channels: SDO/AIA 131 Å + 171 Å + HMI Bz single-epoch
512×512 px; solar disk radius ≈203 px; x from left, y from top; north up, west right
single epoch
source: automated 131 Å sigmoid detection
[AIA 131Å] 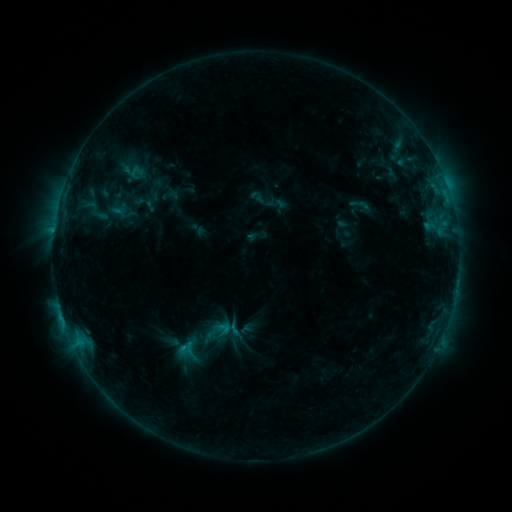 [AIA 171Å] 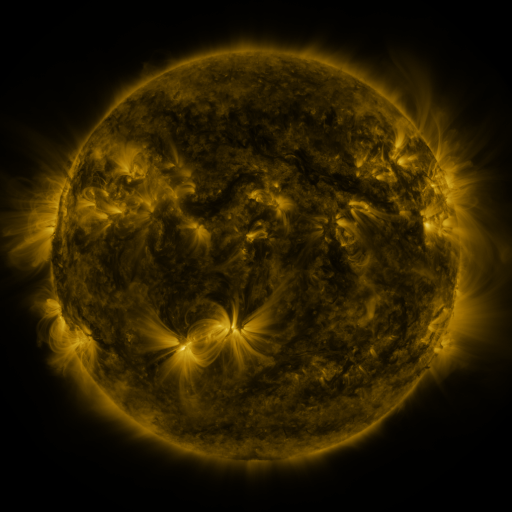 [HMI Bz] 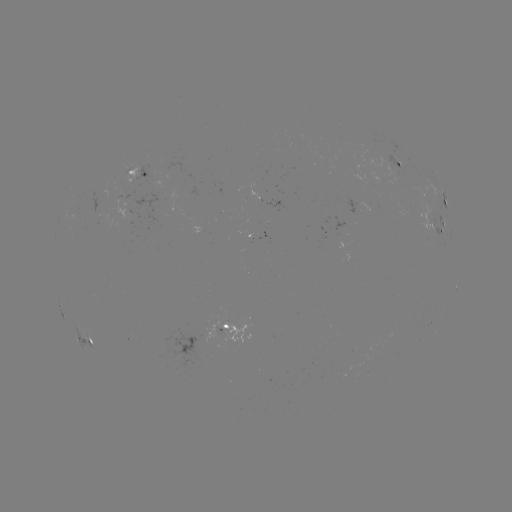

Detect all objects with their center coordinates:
sigmoid: (263, 201)
sigmoid: (361, 205)
